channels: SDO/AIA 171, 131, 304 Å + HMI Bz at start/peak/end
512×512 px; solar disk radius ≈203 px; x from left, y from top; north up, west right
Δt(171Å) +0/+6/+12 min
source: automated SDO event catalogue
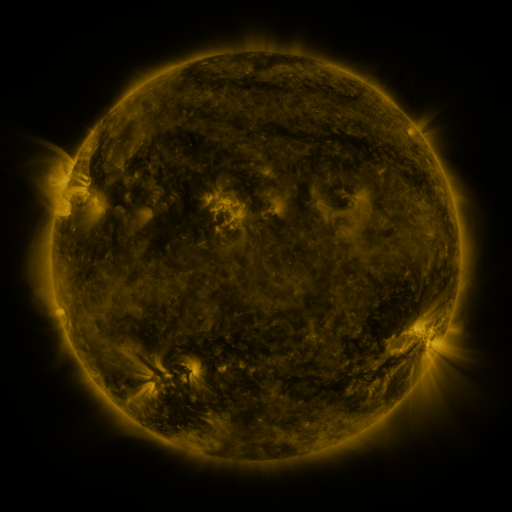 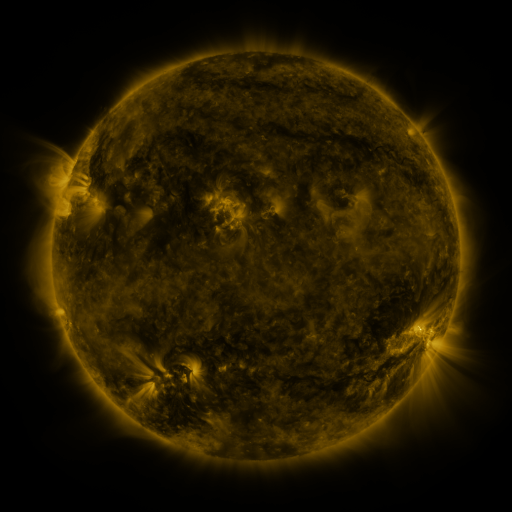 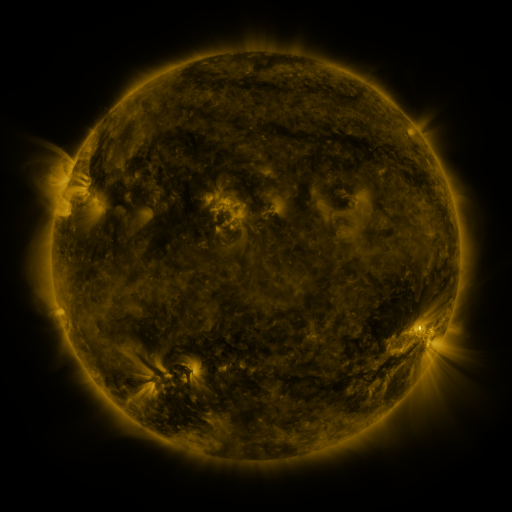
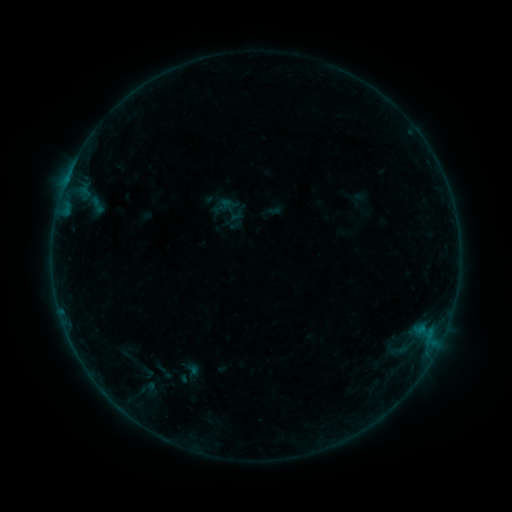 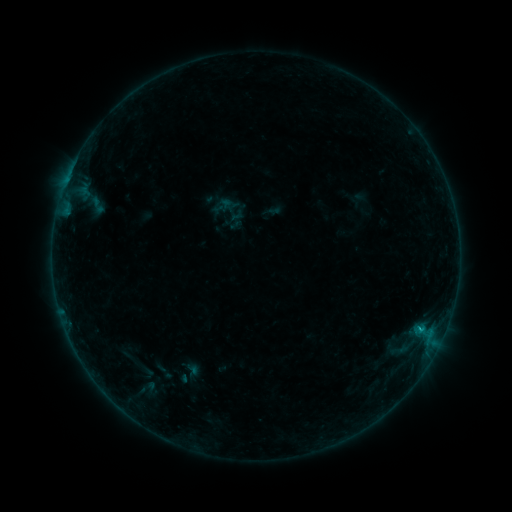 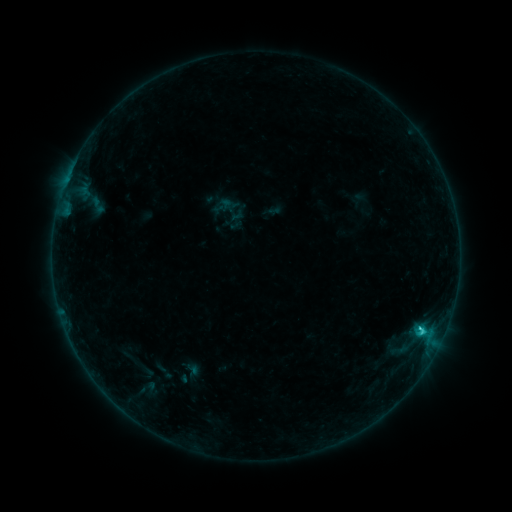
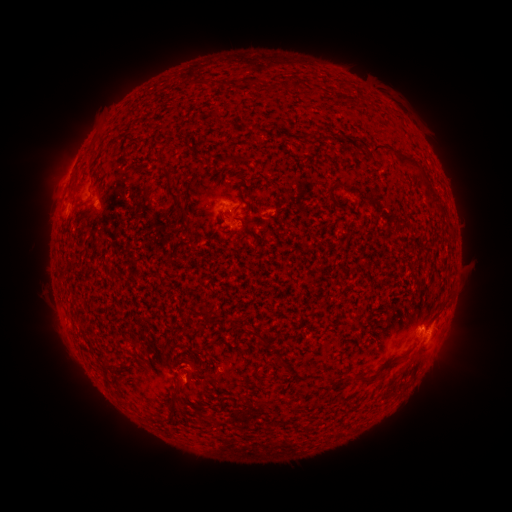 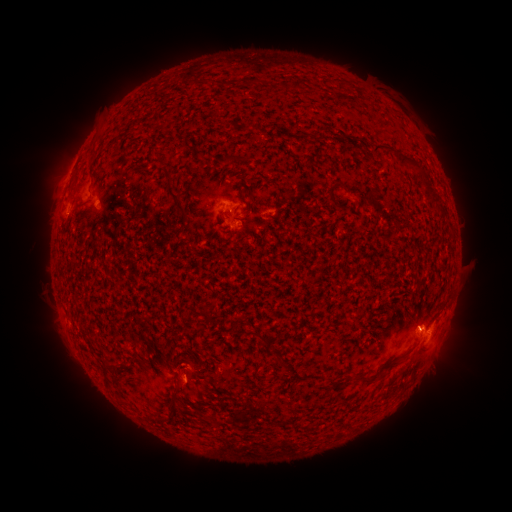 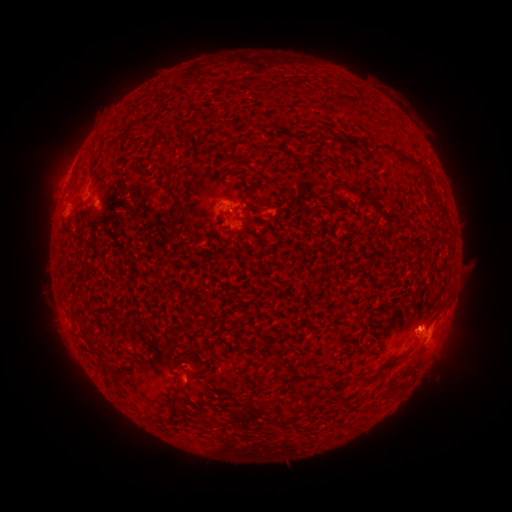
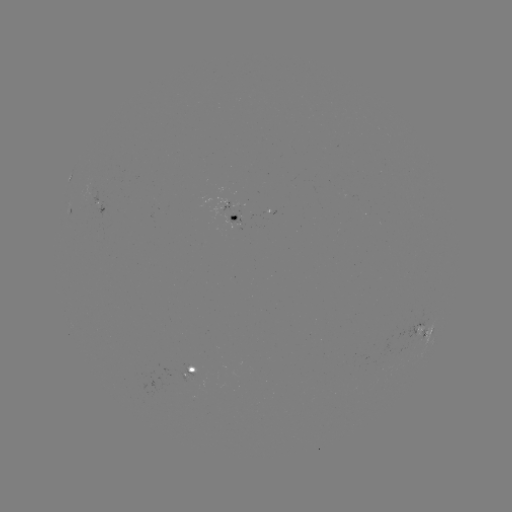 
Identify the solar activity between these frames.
C1.3 flare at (418, 328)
